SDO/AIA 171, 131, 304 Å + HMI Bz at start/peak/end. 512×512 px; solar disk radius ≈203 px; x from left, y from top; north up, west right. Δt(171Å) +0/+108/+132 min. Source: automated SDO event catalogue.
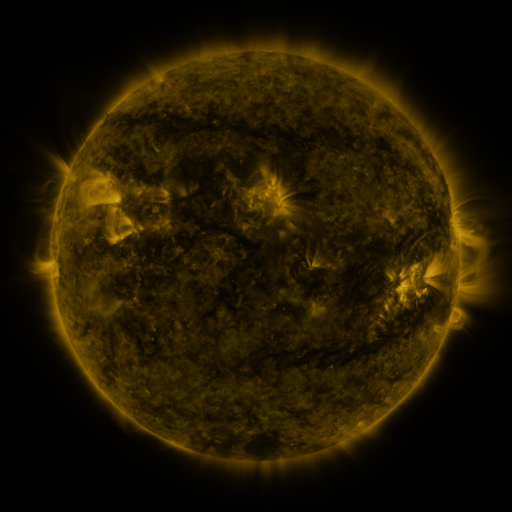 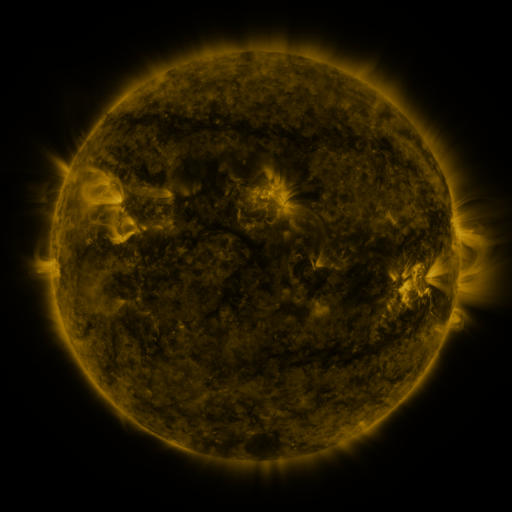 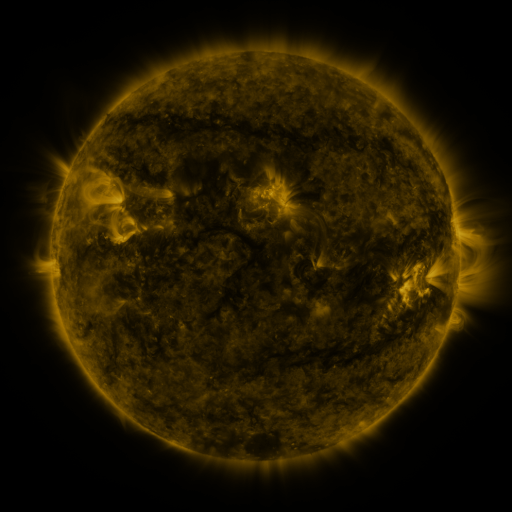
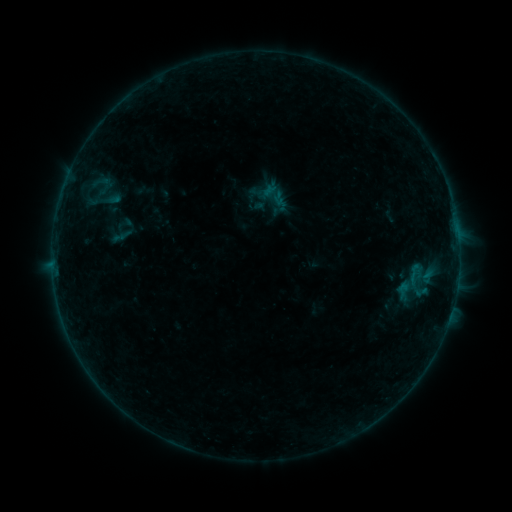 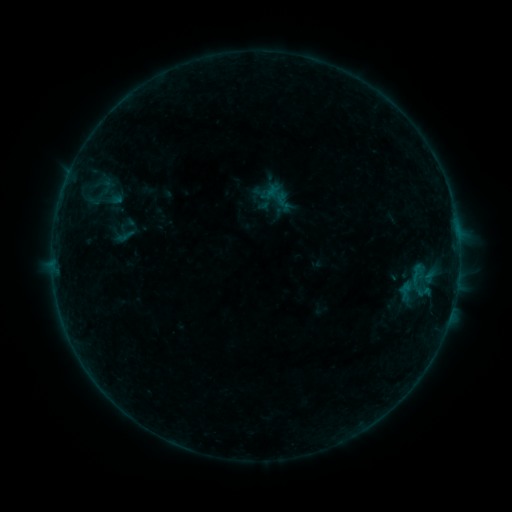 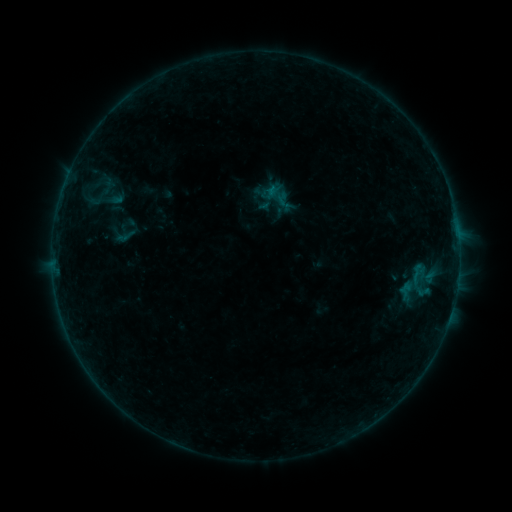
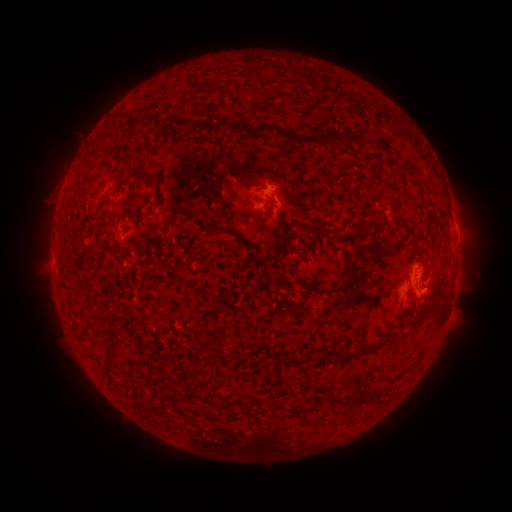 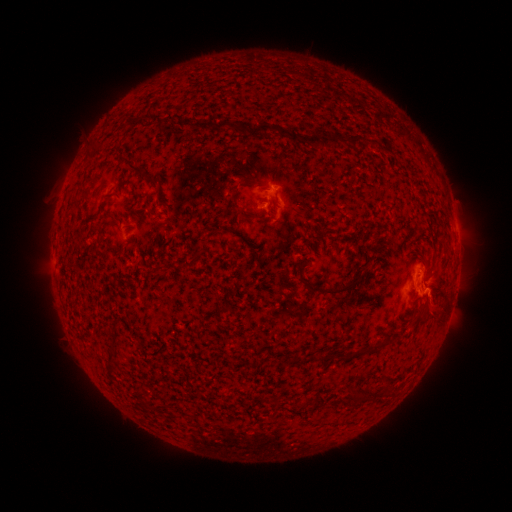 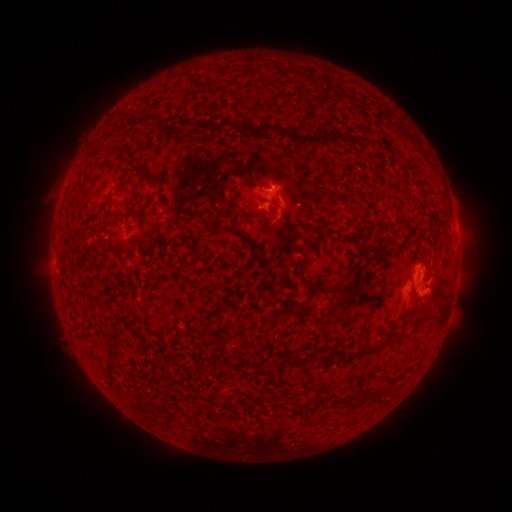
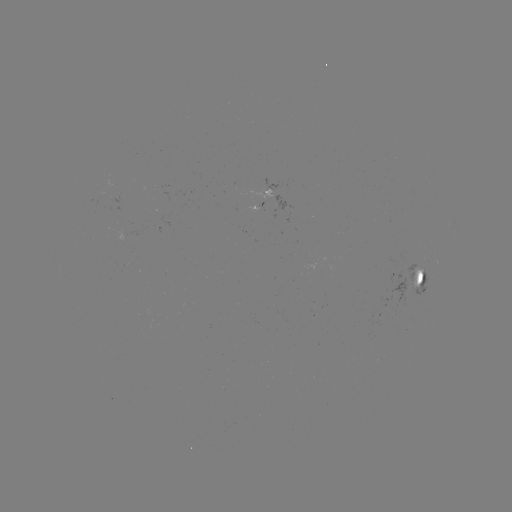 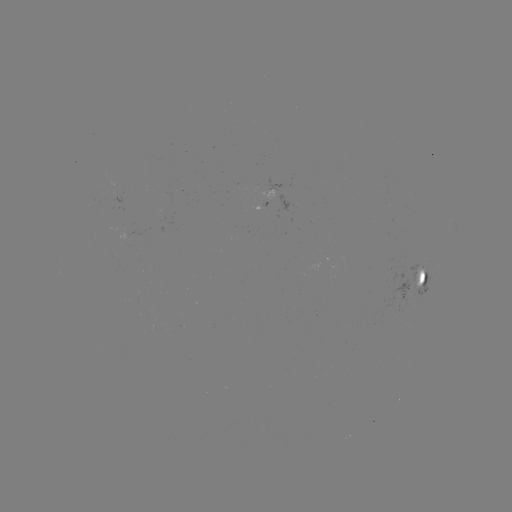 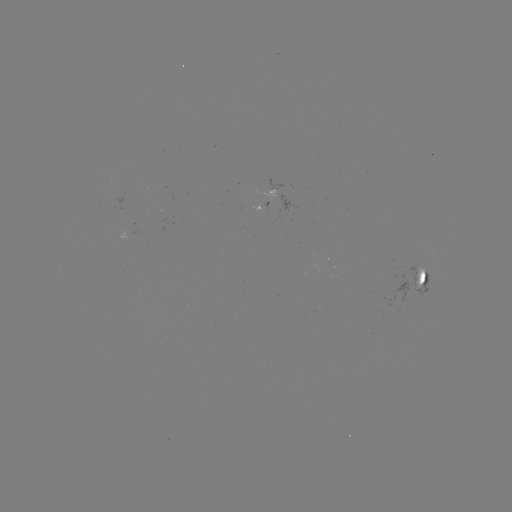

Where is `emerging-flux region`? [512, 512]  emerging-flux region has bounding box [391, 278, 411, 309].